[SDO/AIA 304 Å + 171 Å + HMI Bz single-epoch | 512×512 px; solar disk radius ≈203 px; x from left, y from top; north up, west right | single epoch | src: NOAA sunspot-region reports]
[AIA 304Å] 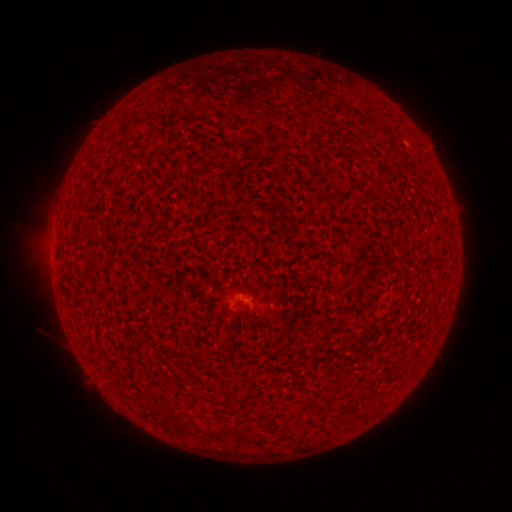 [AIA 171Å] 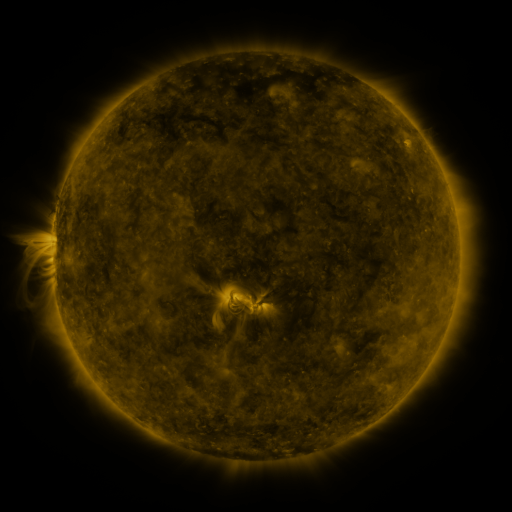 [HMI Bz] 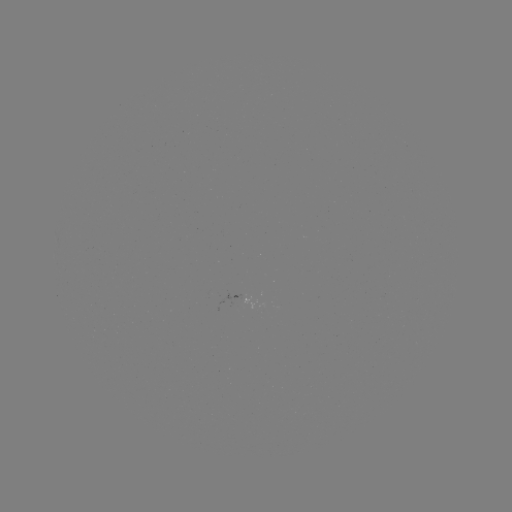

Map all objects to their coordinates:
(none)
